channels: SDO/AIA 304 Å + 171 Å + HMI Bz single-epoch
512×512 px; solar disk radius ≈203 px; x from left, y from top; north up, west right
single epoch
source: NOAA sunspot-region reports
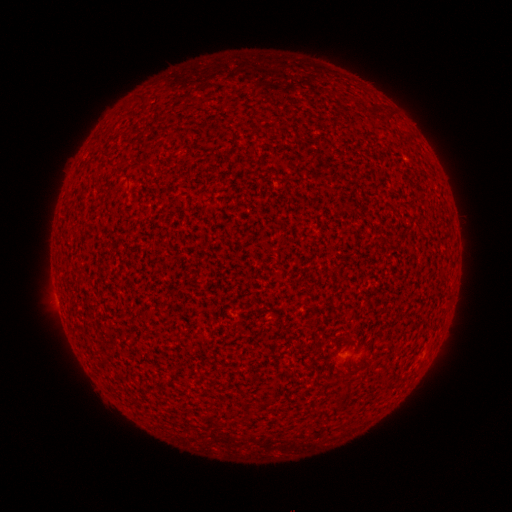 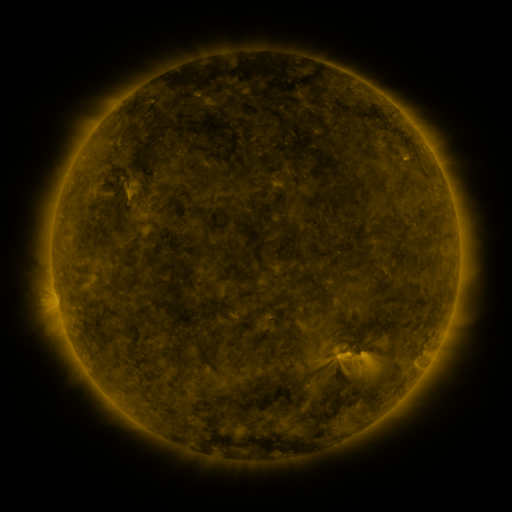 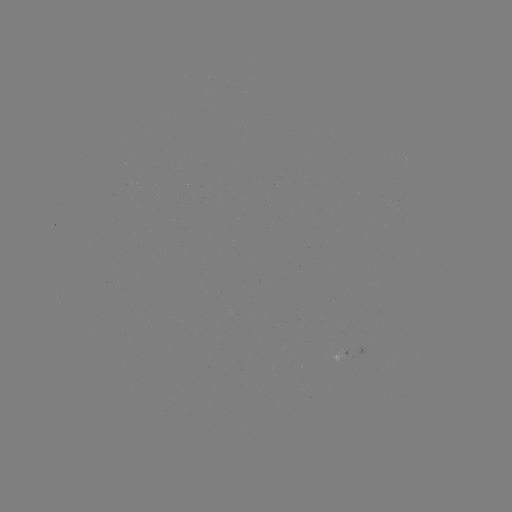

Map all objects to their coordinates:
(none)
